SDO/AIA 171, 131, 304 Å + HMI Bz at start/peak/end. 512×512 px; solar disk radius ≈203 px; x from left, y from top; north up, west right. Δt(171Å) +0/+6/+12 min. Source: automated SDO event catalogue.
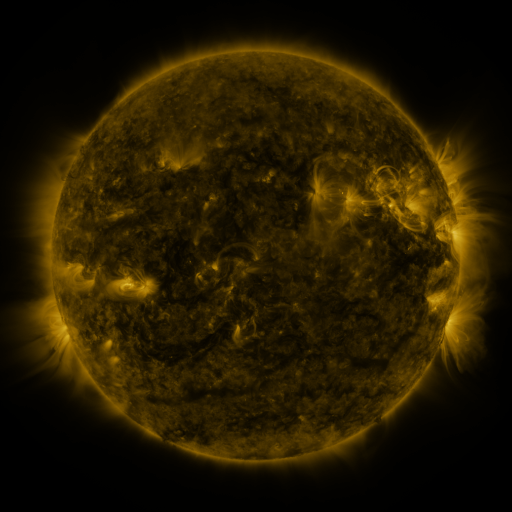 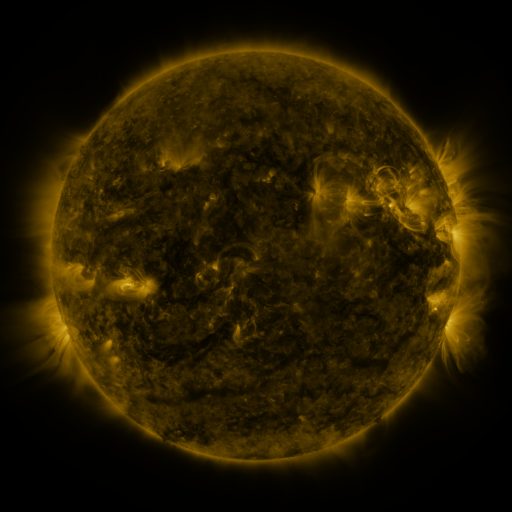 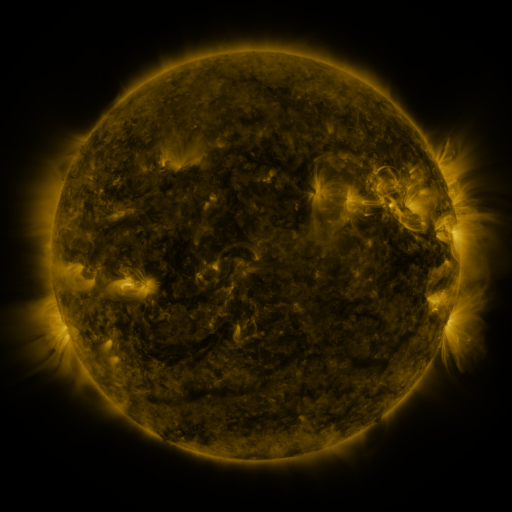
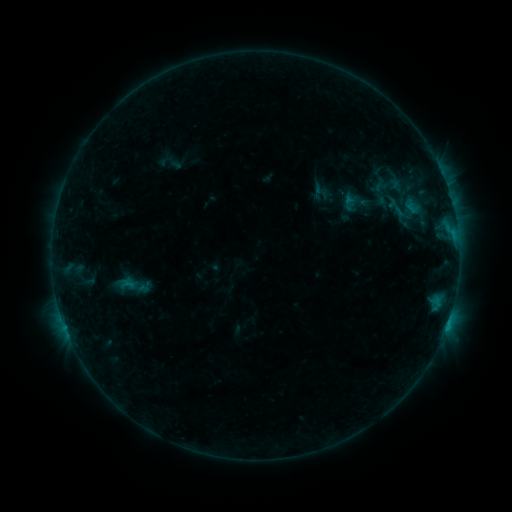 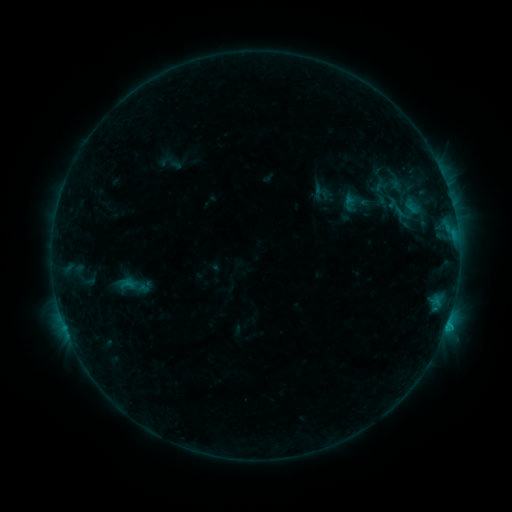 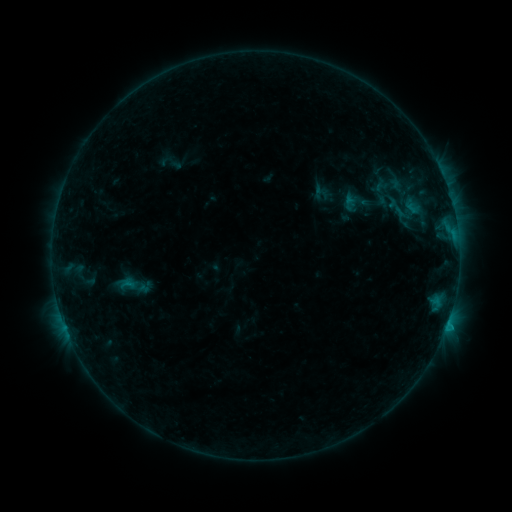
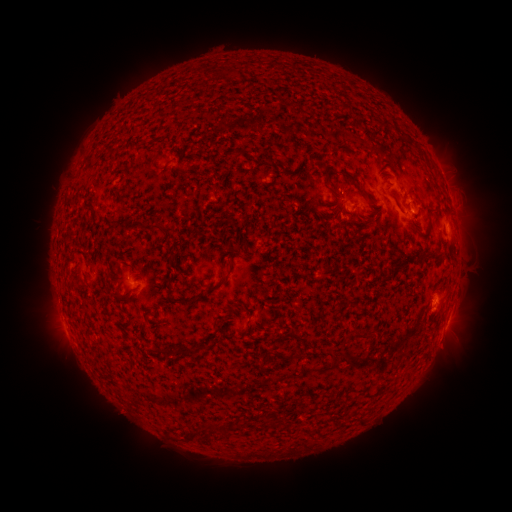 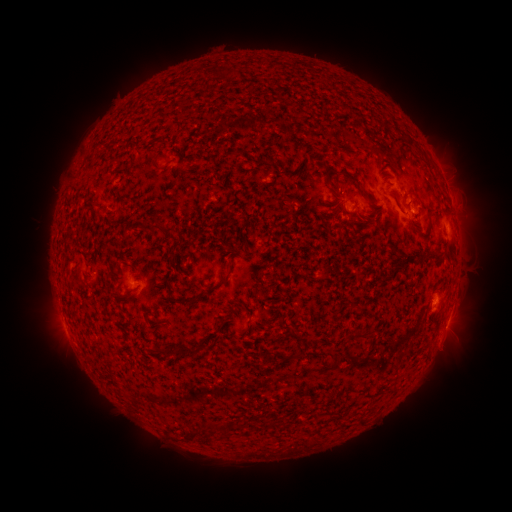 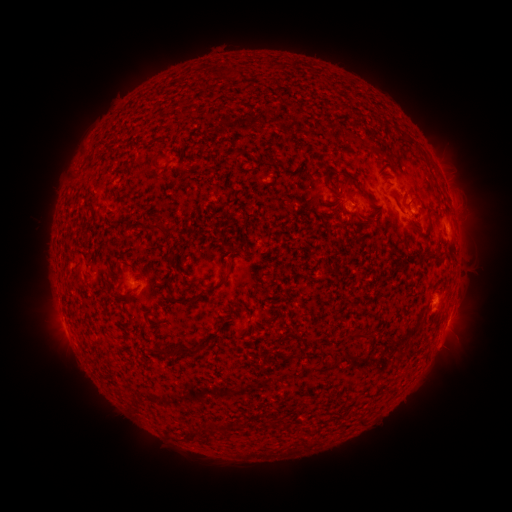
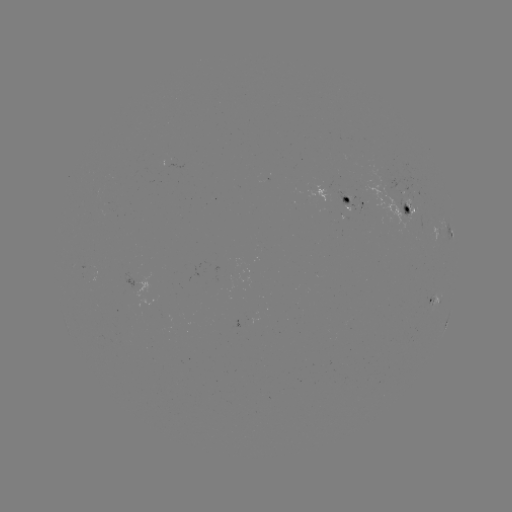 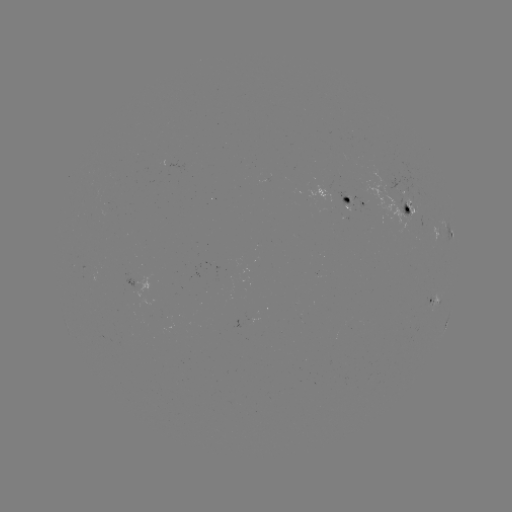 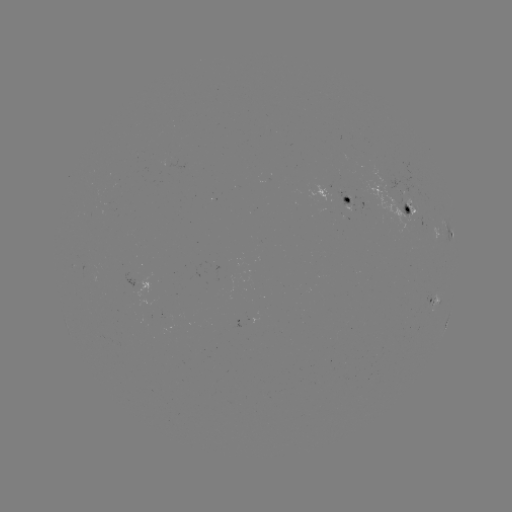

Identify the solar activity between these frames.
B6.2 flare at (446, 323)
